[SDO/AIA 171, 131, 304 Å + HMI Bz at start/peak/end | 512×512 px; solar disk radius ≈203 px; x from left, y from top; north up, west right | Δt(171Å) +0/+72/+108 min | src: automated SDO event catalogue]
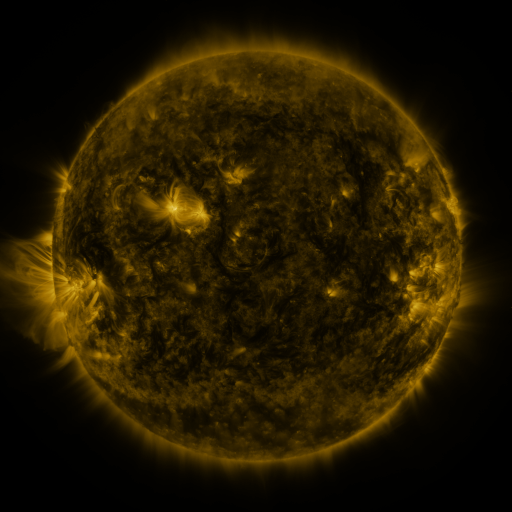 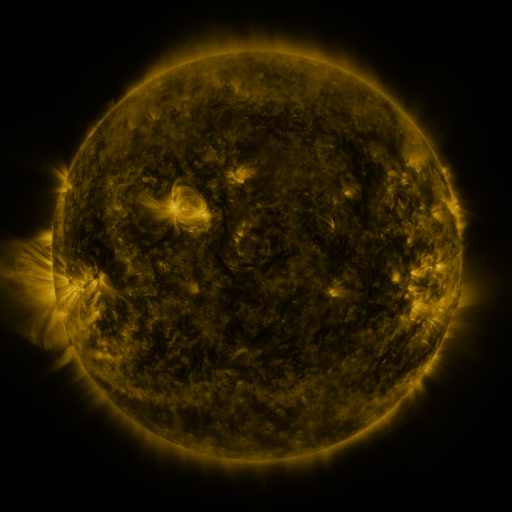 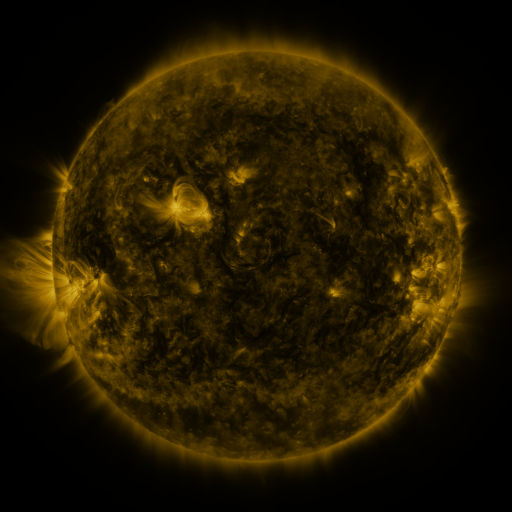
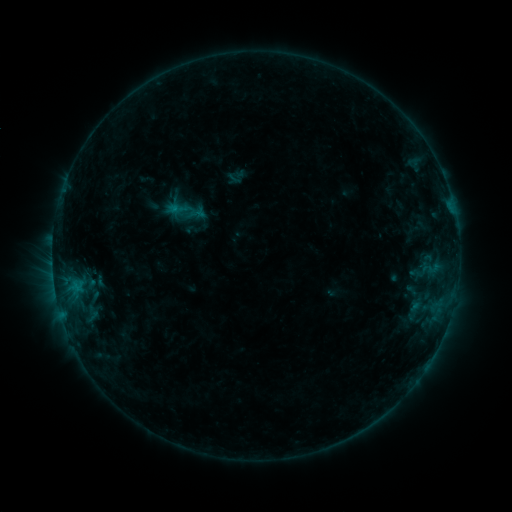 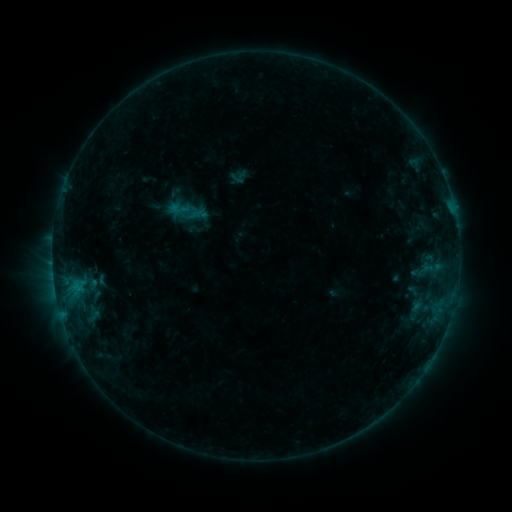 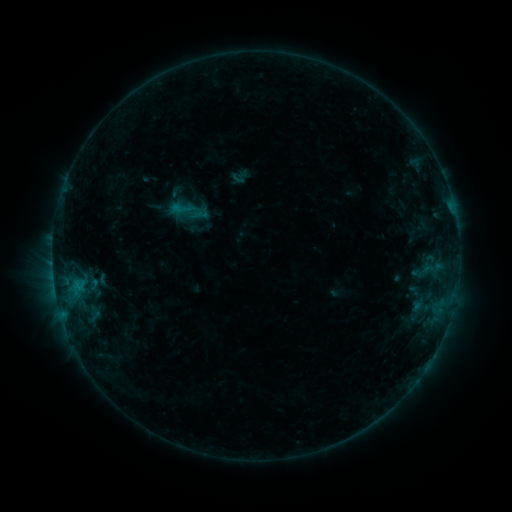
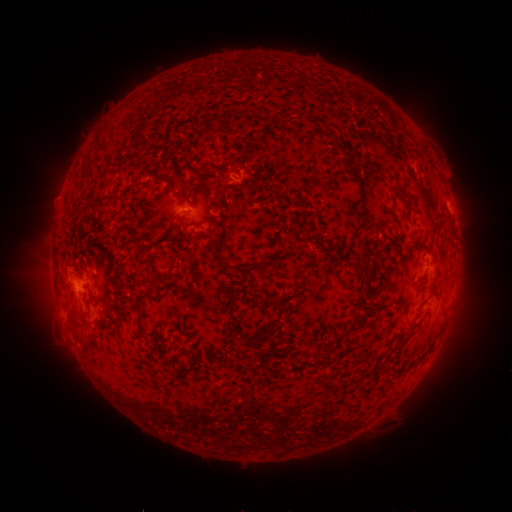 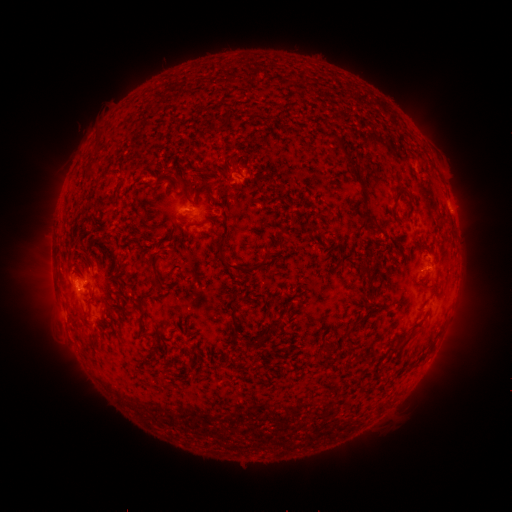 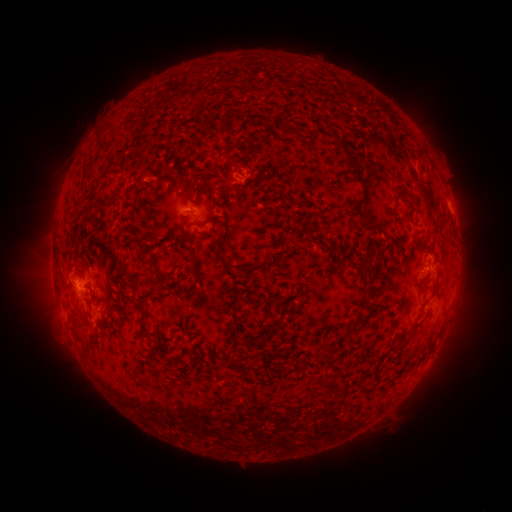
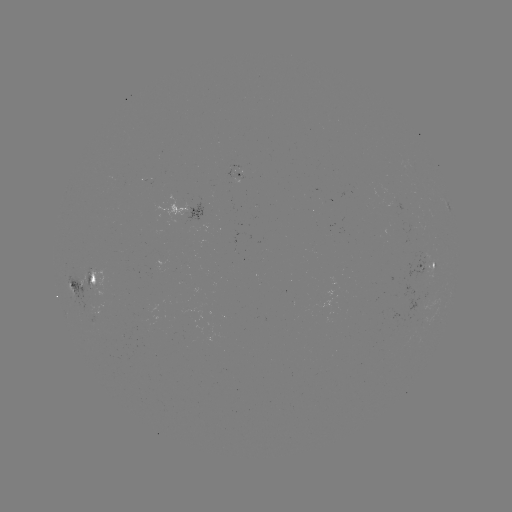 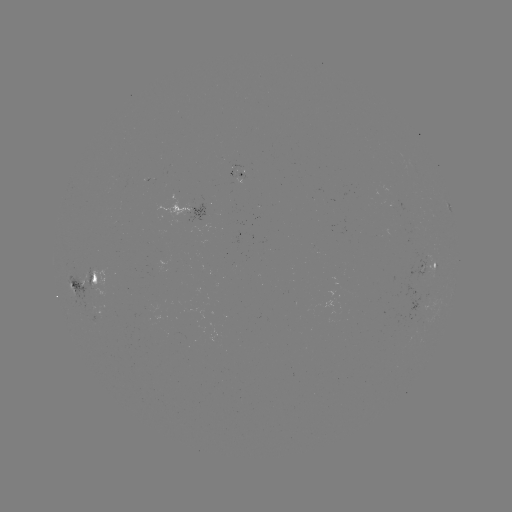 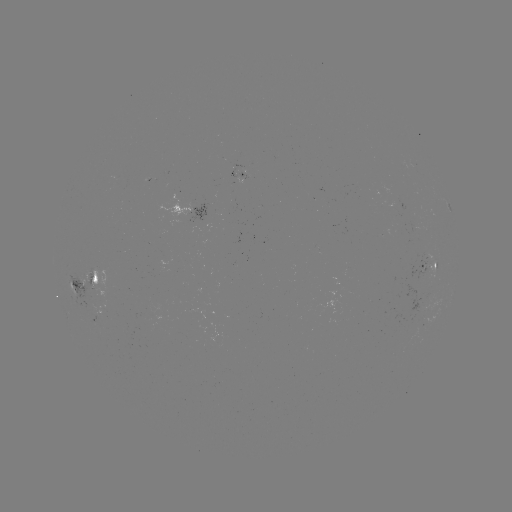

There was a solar emerging-flux region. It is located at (84, 277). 